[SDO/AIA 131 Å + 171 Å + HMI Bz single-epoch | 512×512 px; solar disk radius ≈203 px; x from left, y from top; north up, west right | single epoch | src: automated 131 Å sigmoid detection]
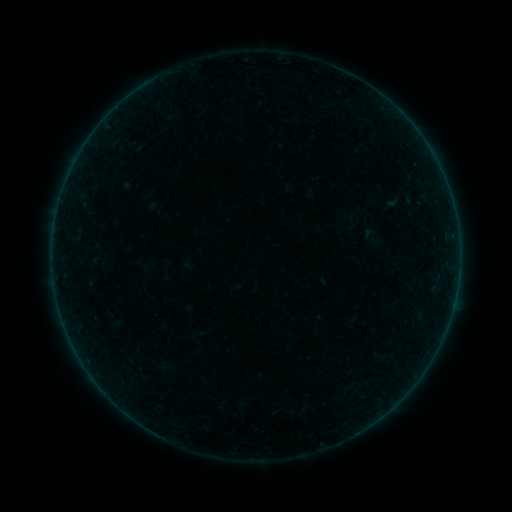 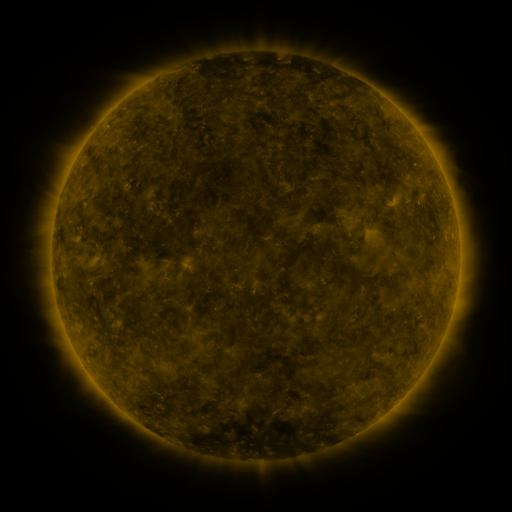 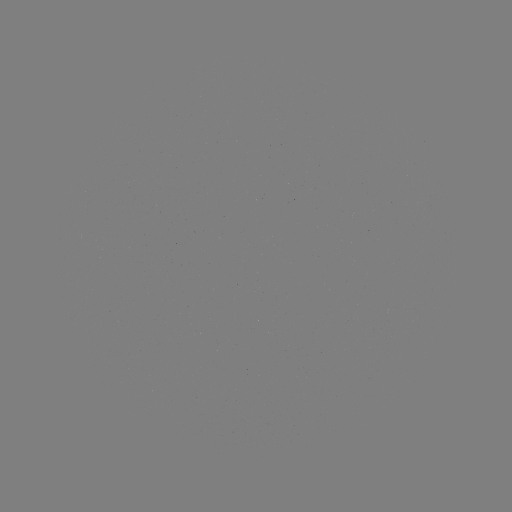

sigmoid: [381, 191, 405, 211]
